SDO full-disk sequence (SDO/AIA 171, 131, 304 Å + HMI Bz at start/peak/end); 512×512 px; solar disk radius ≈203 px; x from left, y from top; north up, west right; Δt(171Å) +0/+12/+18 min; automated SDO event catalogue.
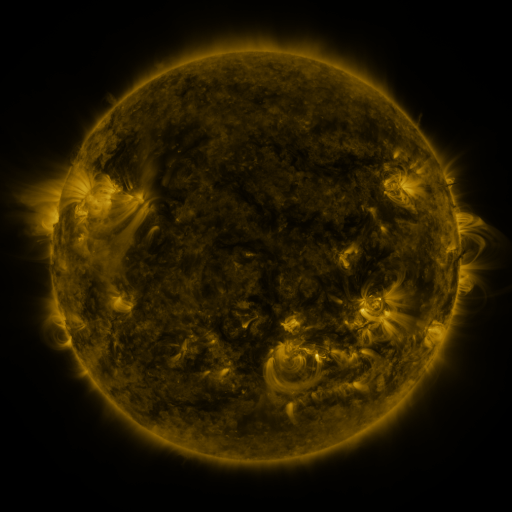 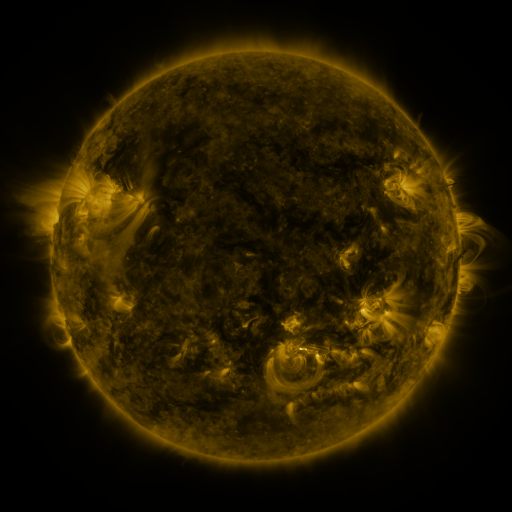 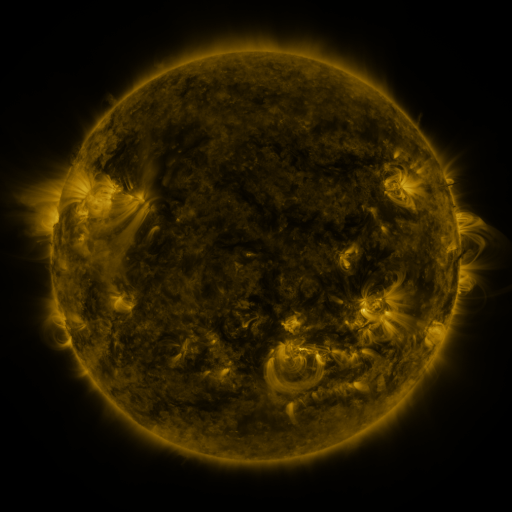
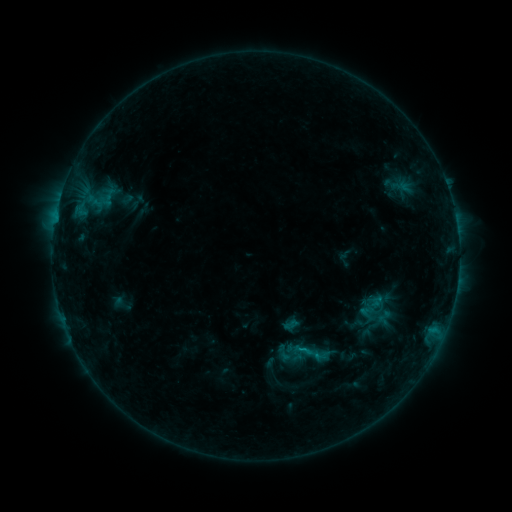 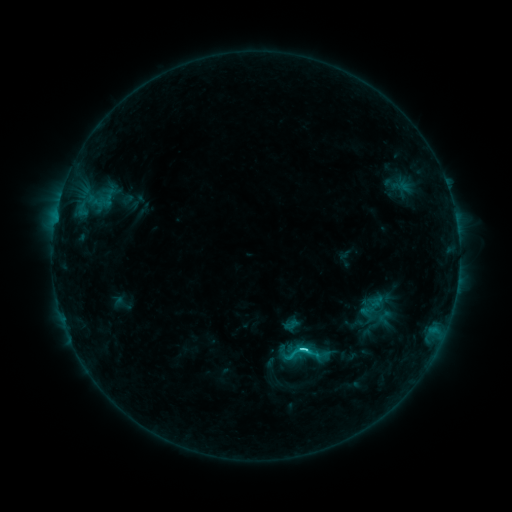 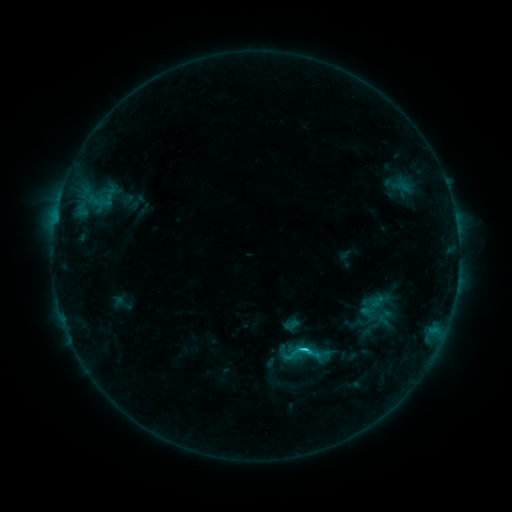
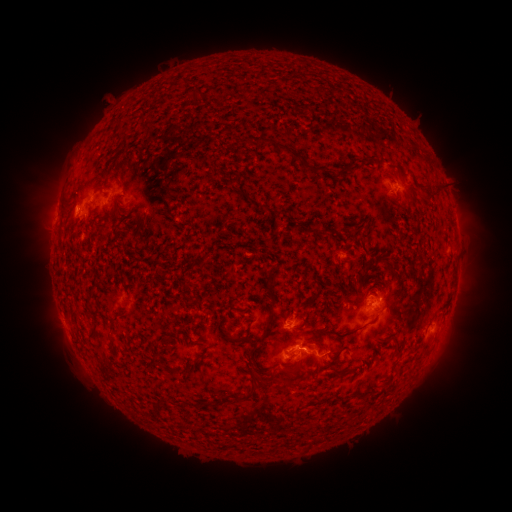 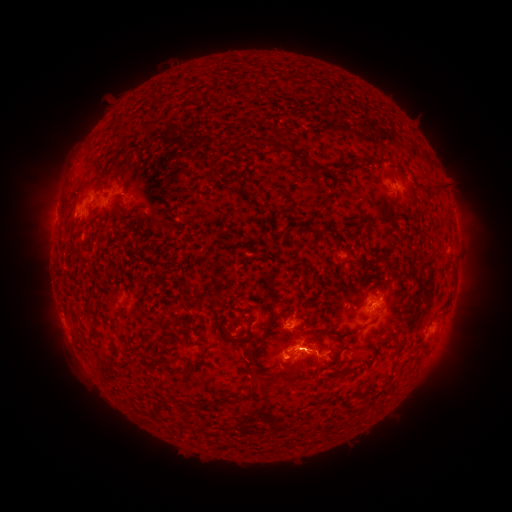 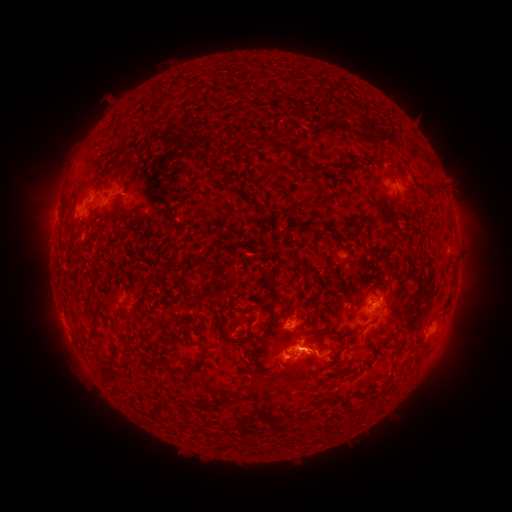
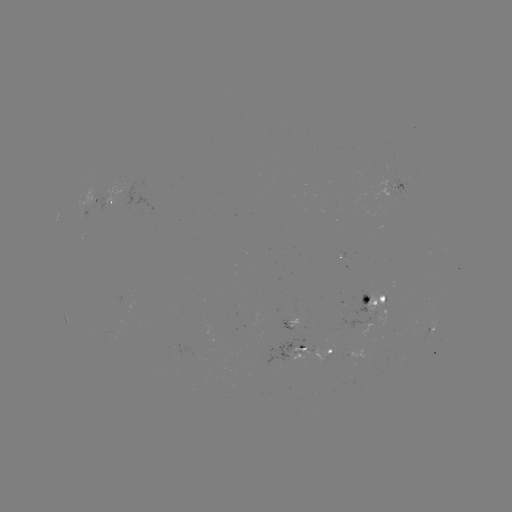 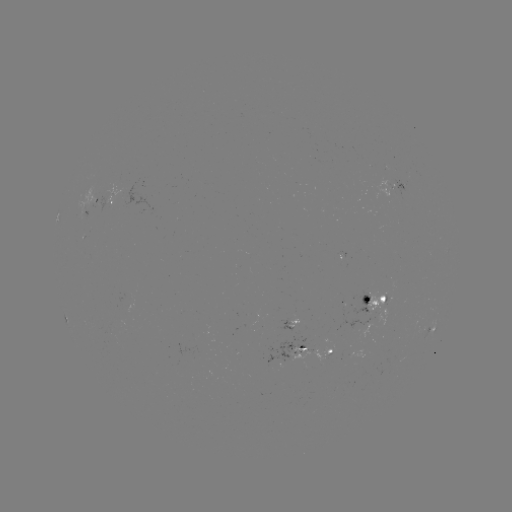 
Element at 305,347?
C2.8 flare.